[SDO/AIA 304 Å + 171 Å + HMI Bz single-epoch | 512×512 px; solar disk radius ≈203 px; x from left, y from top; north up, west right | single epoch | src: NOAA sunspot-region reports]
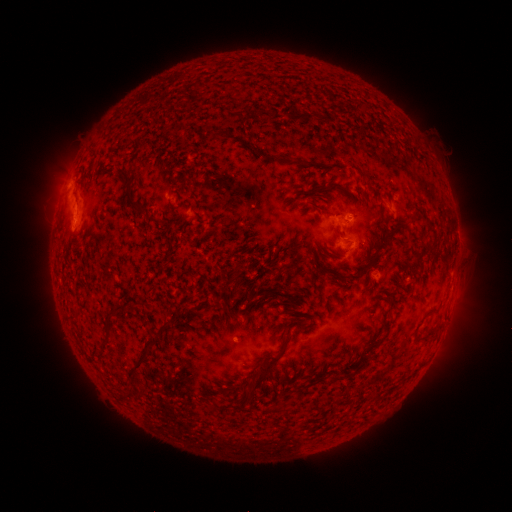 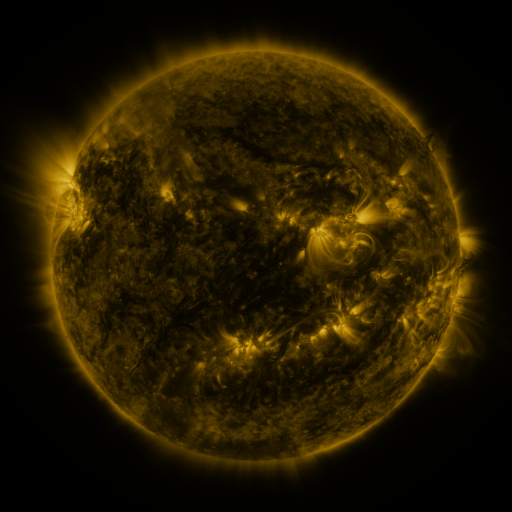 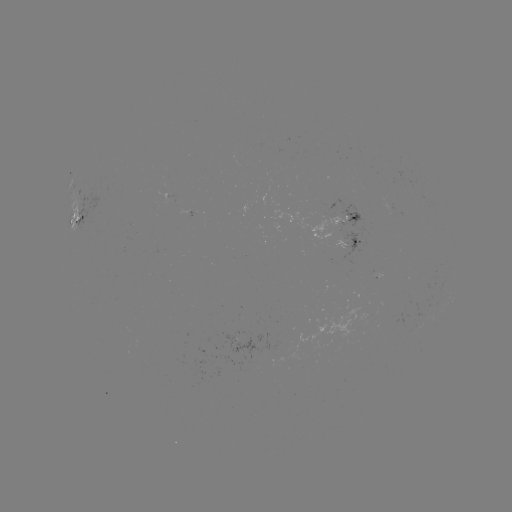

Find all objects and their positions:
spotted active region: (77, 220)
spotted active region: (349, 220)
spotted active region: (354, 241)
